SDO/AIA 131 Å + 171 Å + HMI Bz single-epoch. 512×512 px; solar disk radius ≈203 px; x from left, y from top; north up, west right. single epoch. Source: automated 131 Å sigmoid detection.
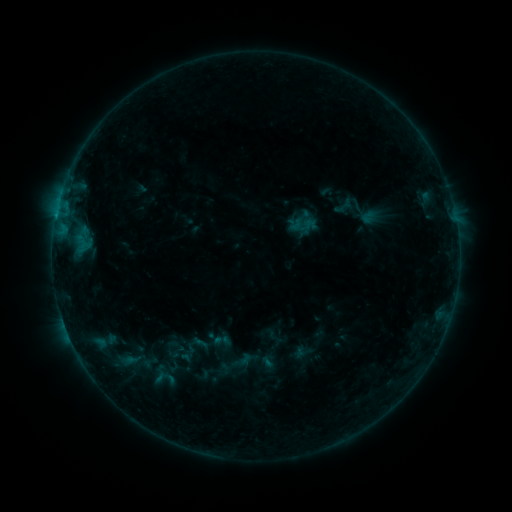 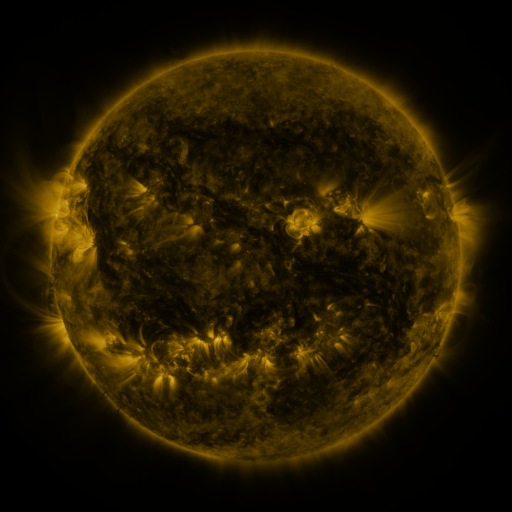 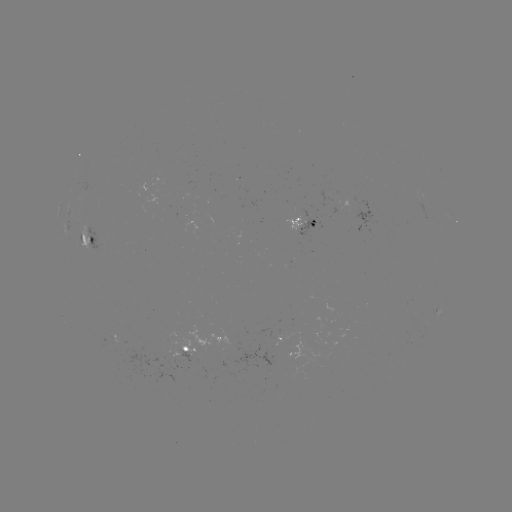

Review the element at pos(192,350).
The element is sigmoid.